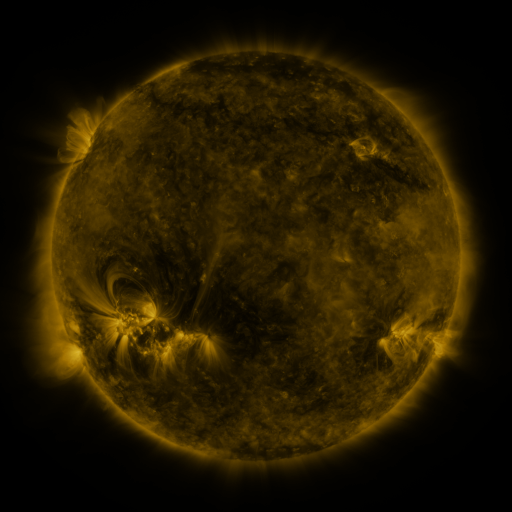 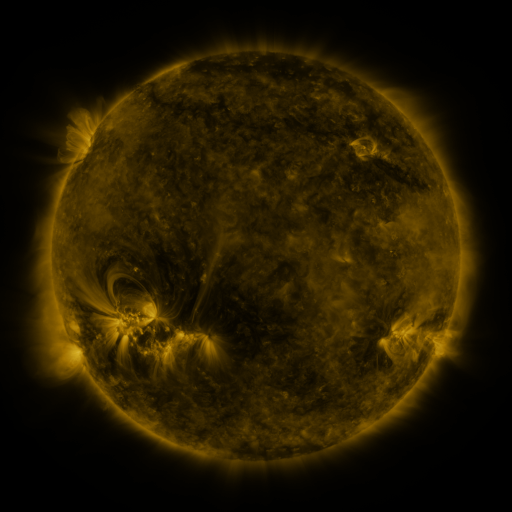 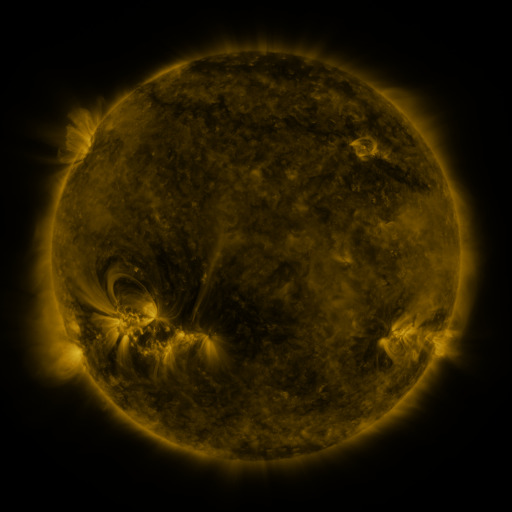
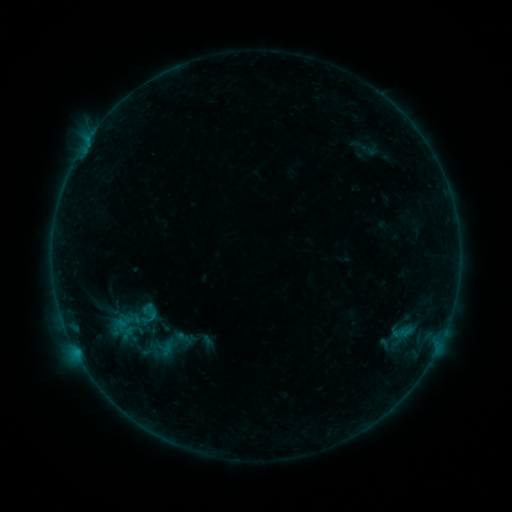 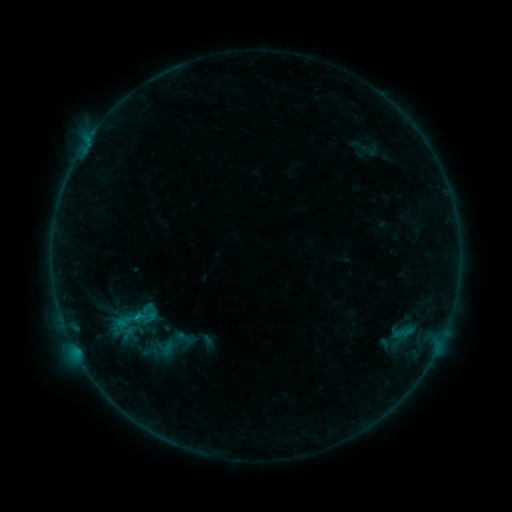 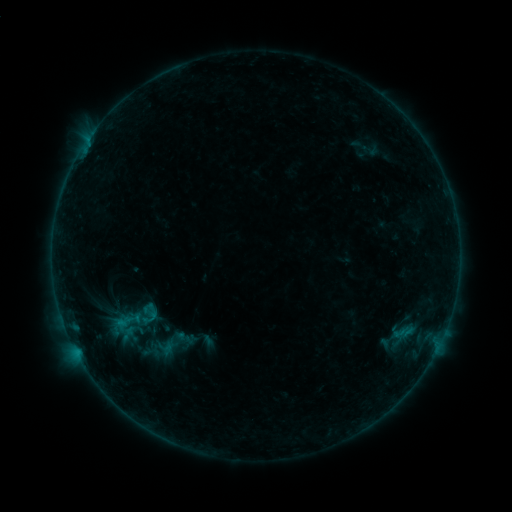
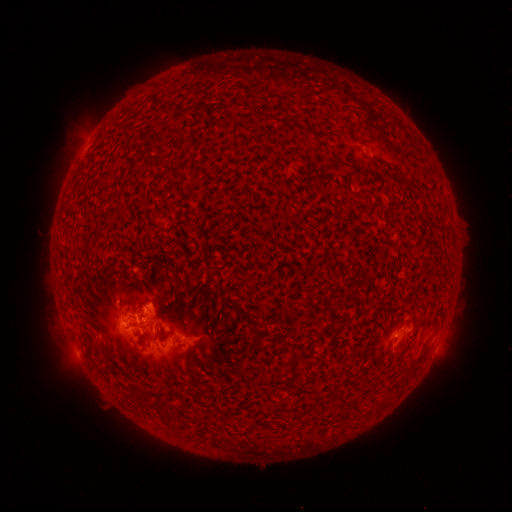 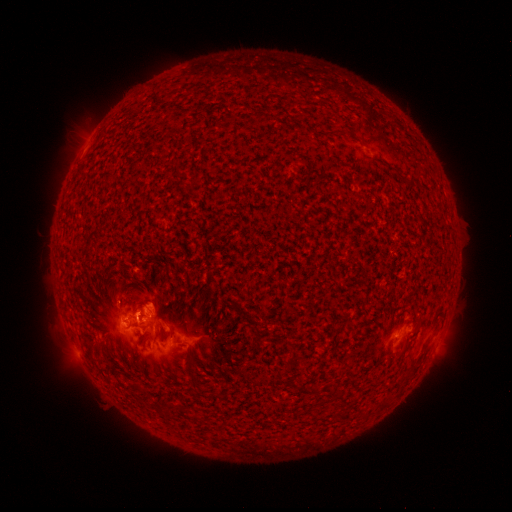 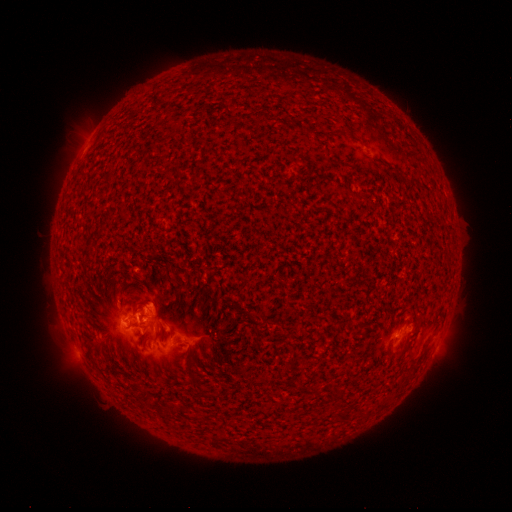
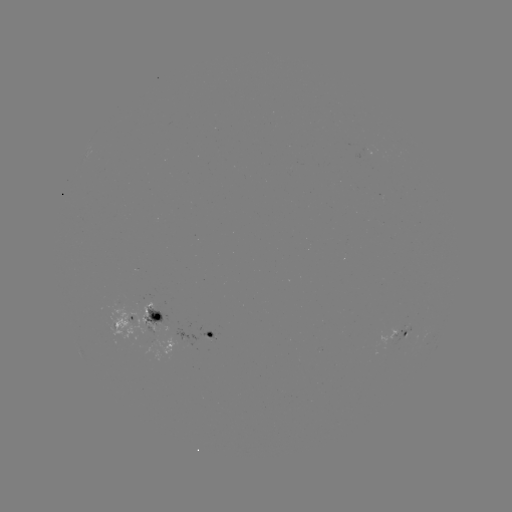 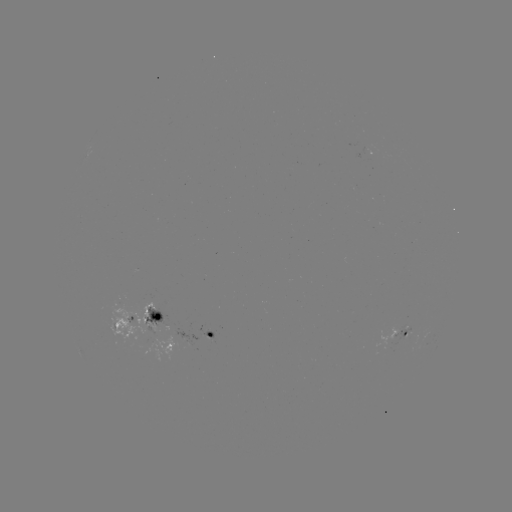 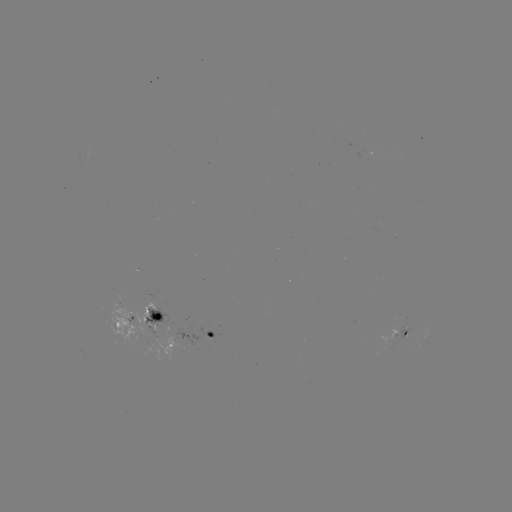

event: flare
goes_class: B6.8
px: (138, 315)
